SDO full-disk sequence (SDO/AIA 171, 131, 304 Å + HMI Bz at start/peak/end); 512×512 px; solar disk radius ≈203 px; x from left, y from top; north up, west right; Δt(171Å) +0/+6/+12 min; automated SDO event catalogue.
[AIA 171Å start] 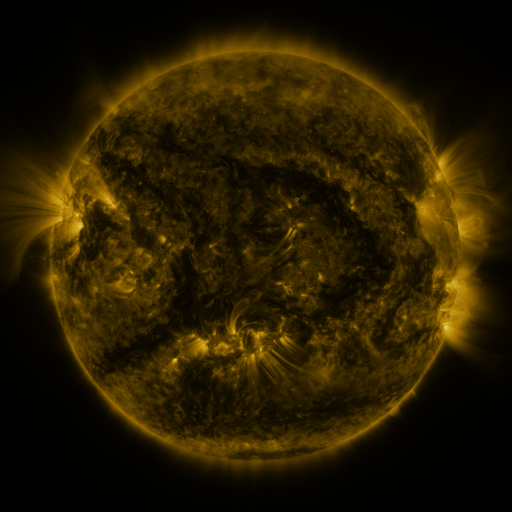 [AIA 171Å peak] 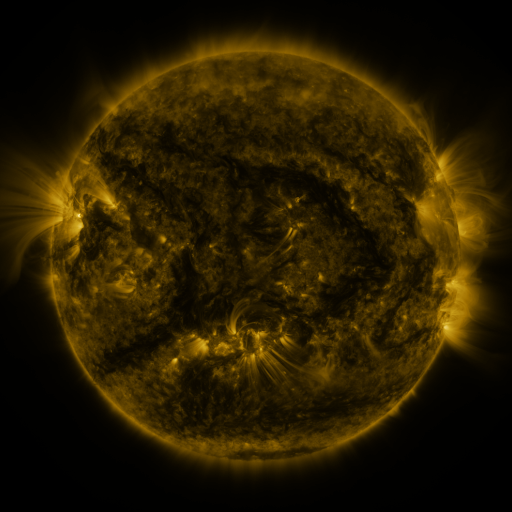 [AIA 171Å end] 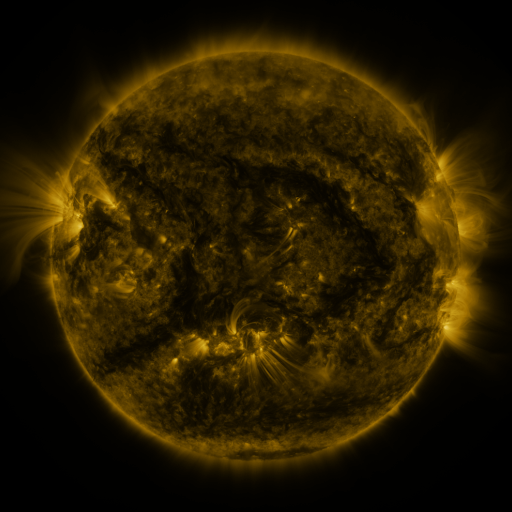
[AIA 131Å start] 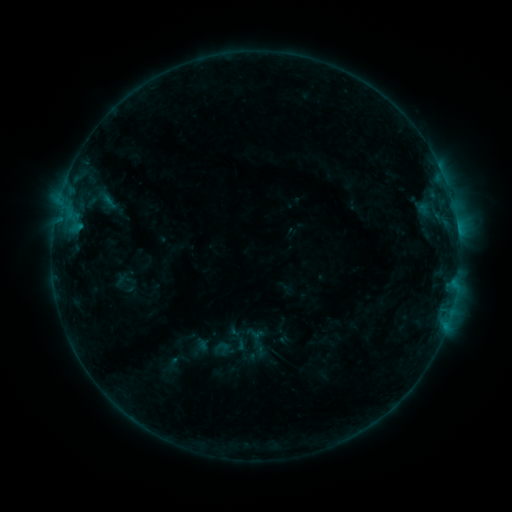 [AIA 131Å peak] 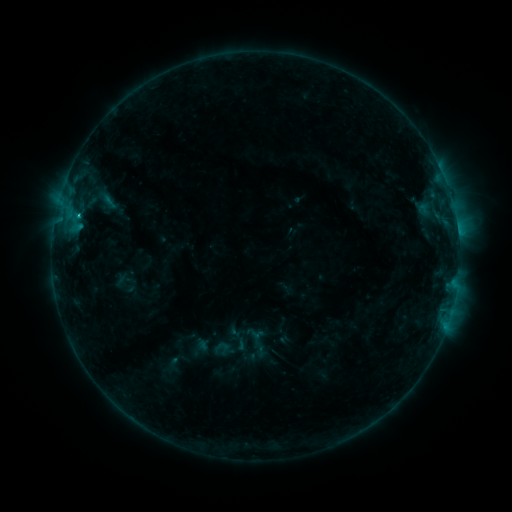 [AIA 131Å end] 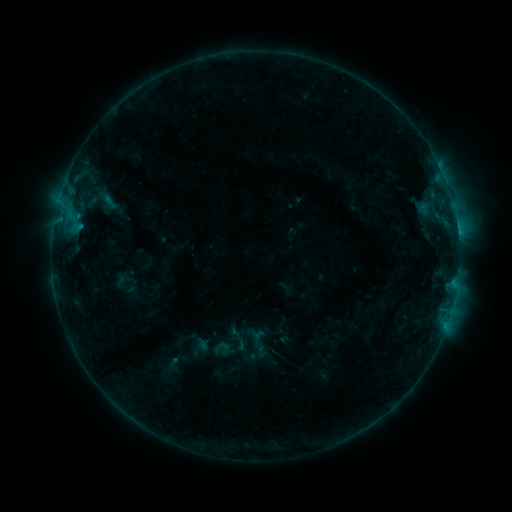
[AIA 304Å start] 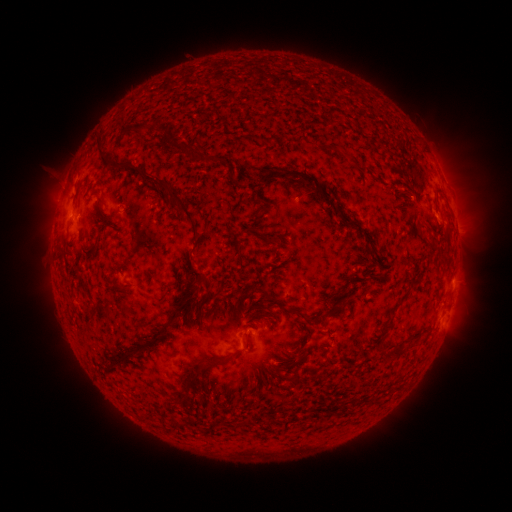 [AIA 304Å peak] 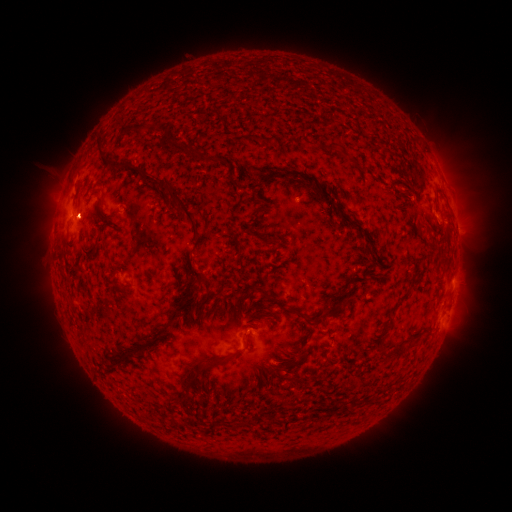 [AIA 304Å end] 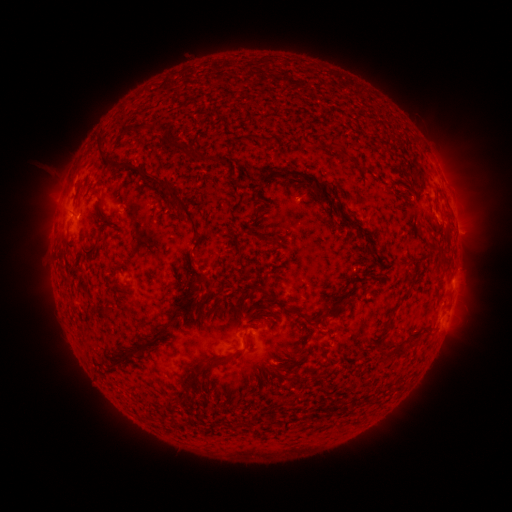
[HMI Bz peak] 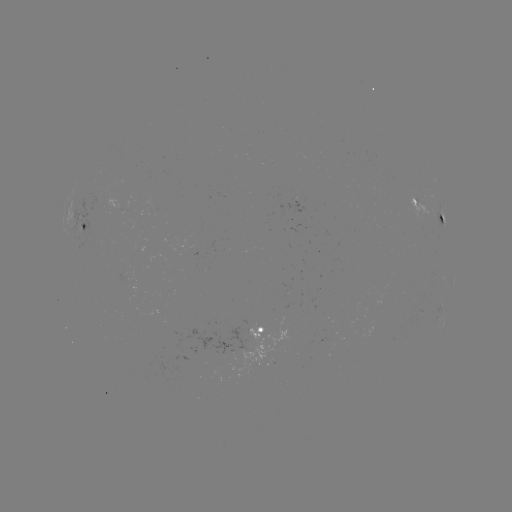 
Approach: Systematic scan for B6.3 flare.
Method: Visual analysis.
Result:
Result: B6.3 flare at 296,203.